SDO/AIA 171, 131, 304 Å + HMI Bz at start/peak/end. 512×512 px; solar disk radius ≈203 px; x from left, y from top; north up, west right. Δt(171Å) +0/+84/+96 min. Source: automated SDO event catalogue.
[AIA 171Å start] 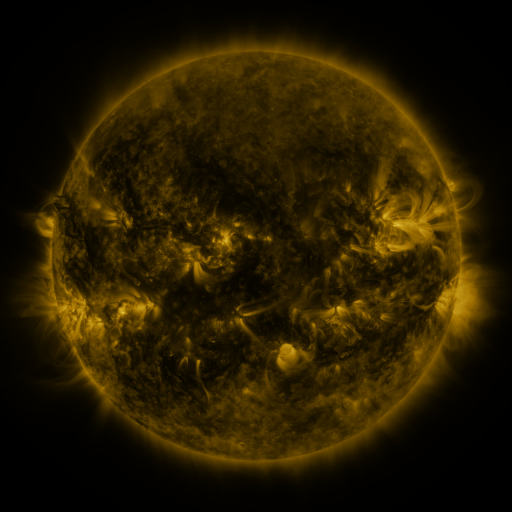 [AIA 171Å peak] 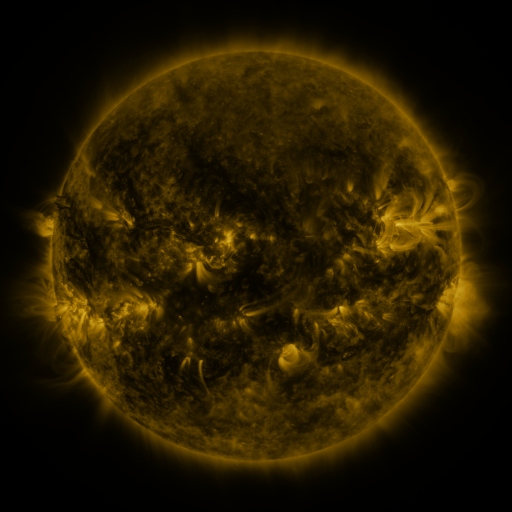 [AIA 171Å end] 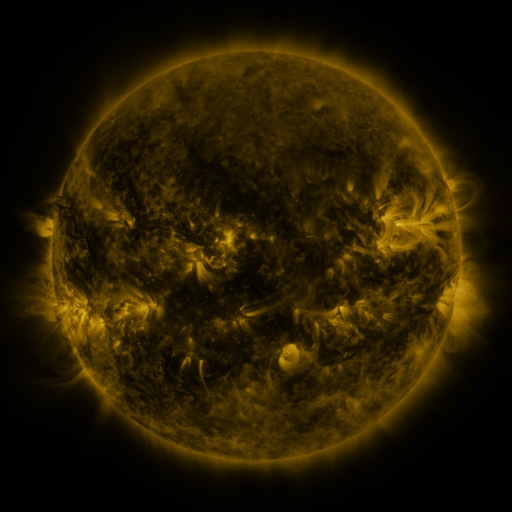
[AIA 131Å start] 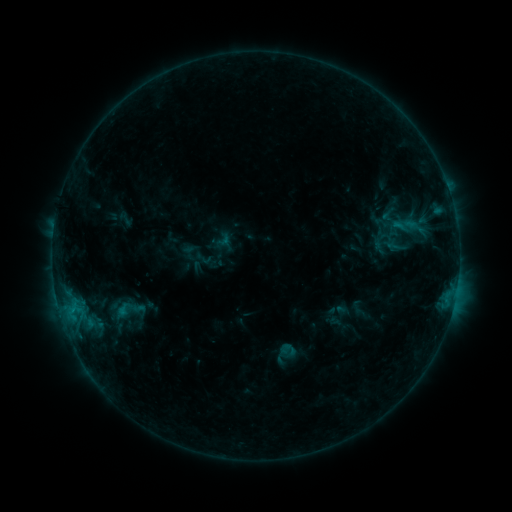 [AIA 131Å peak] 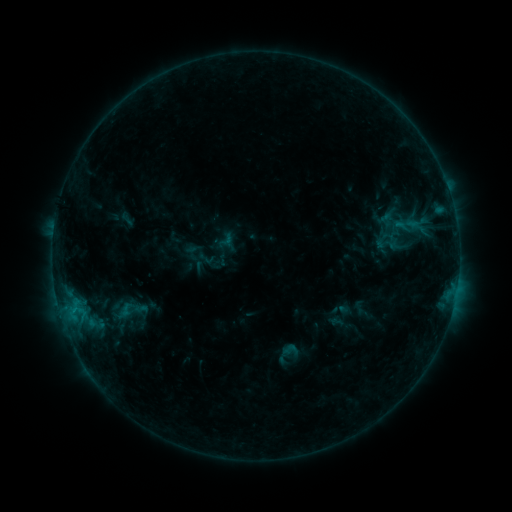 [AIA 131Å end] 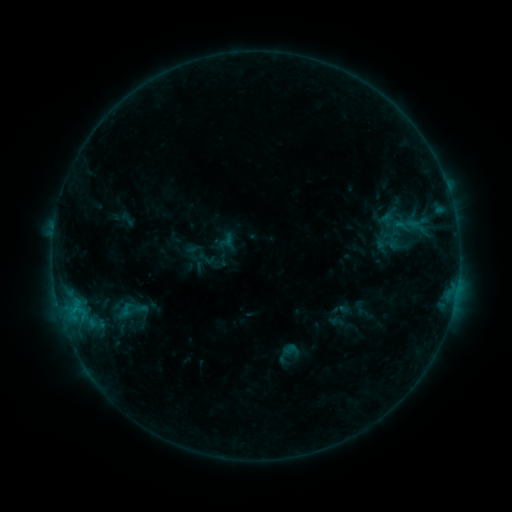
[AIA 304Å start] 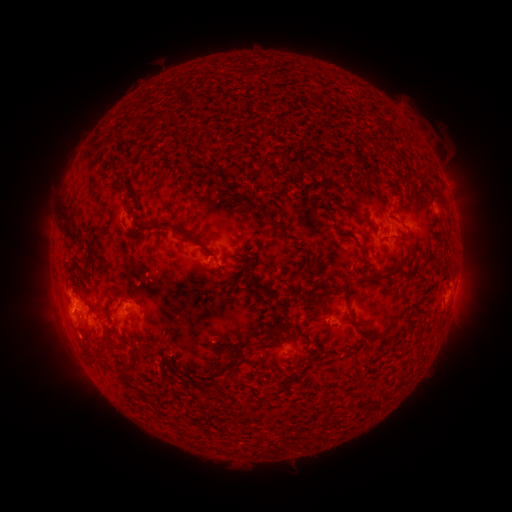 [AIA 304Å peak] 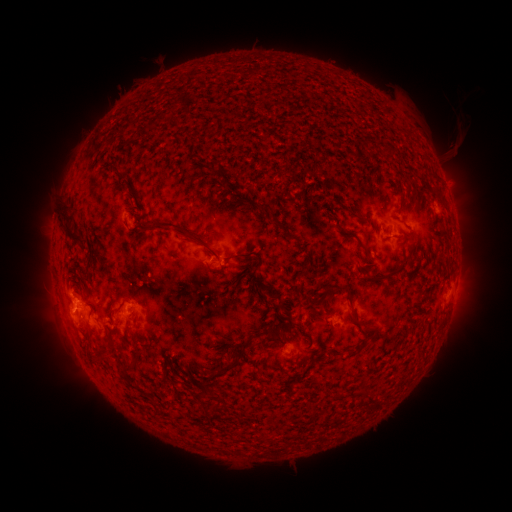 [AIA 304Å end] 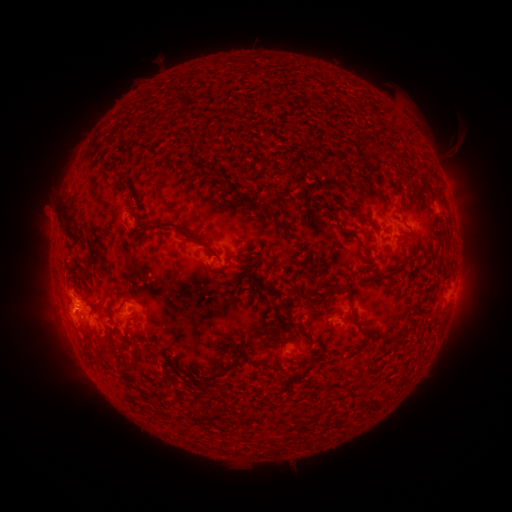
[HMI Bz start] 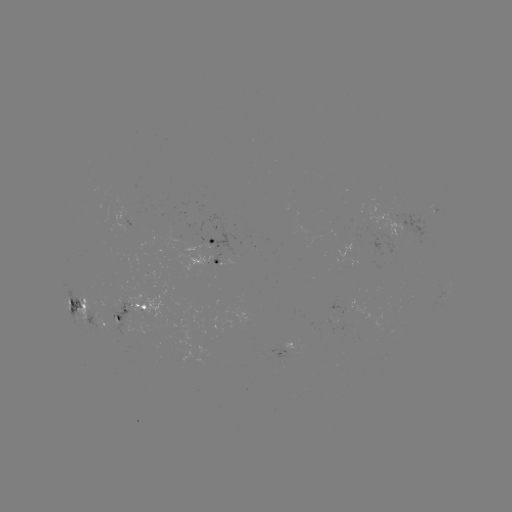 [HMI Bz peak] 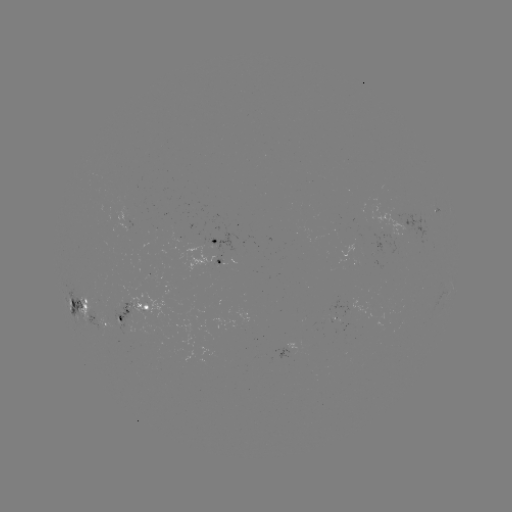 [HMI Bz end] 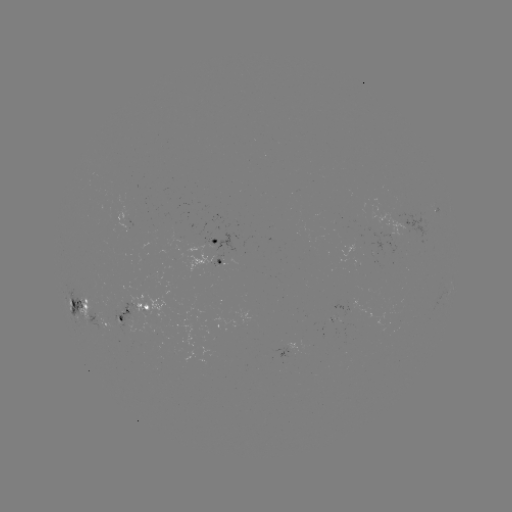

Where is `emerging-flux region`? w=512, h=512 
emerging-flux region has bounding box [204, 230, 235, 263].